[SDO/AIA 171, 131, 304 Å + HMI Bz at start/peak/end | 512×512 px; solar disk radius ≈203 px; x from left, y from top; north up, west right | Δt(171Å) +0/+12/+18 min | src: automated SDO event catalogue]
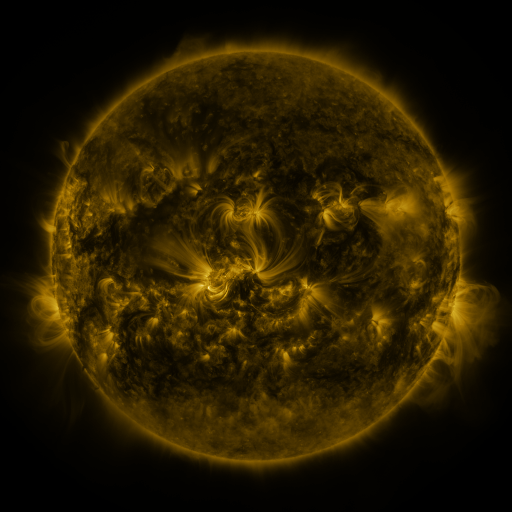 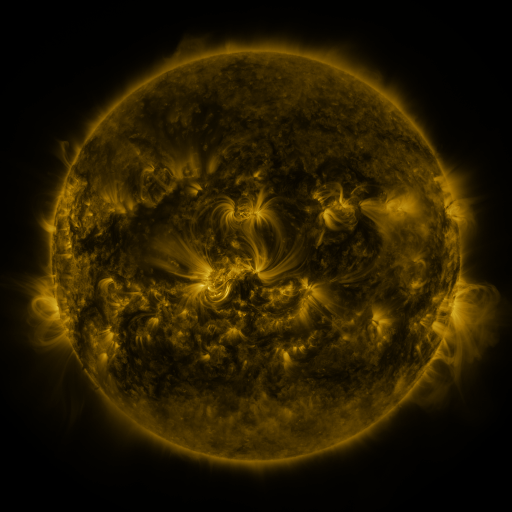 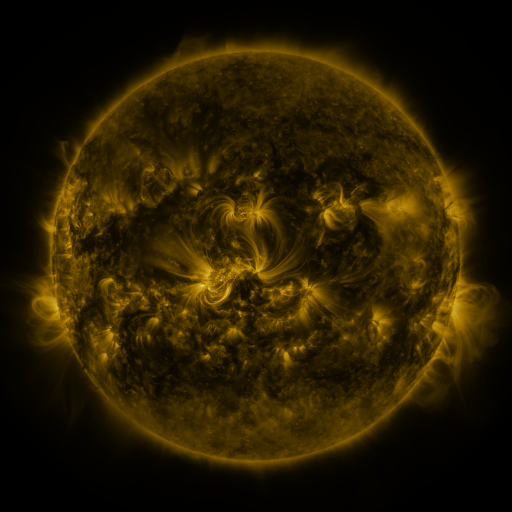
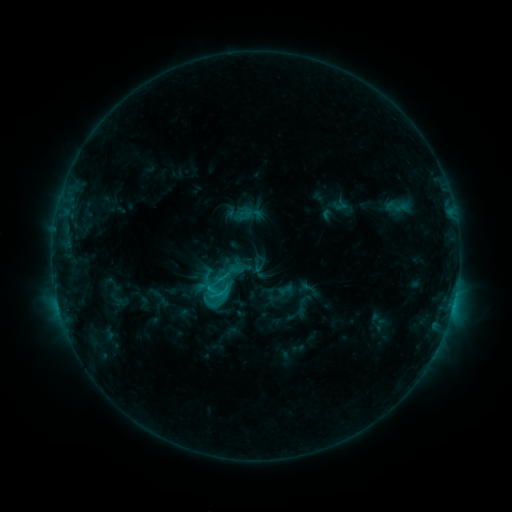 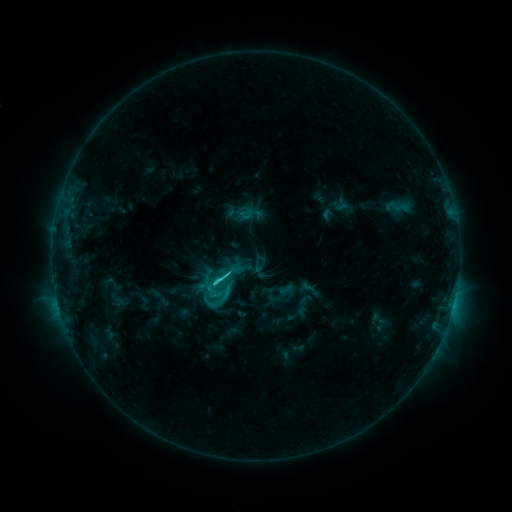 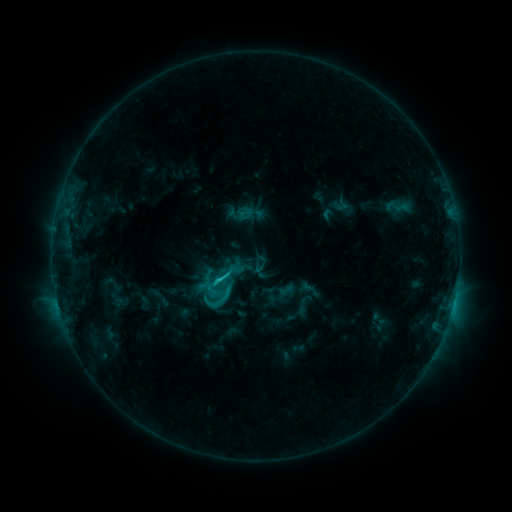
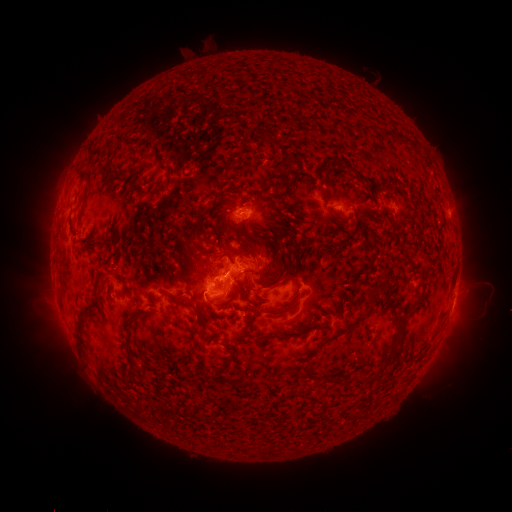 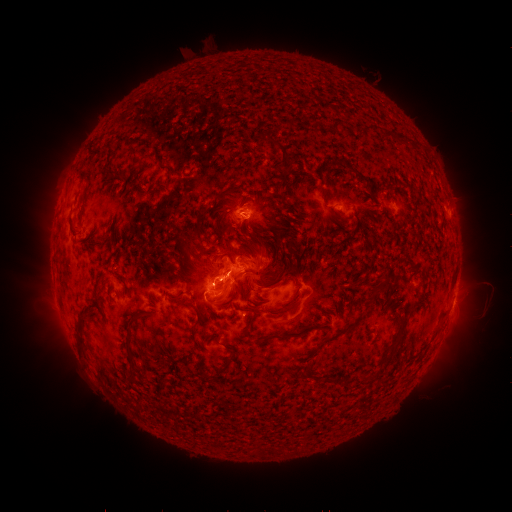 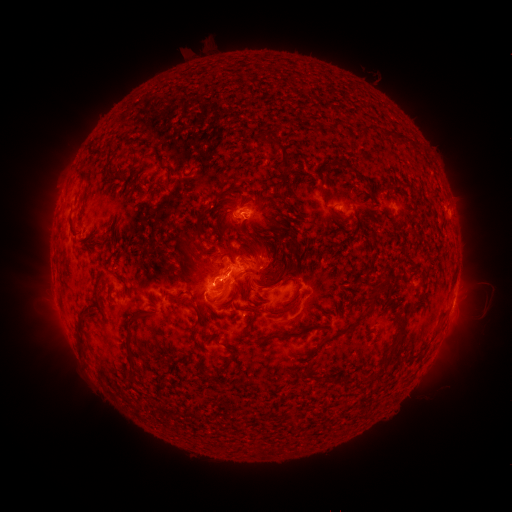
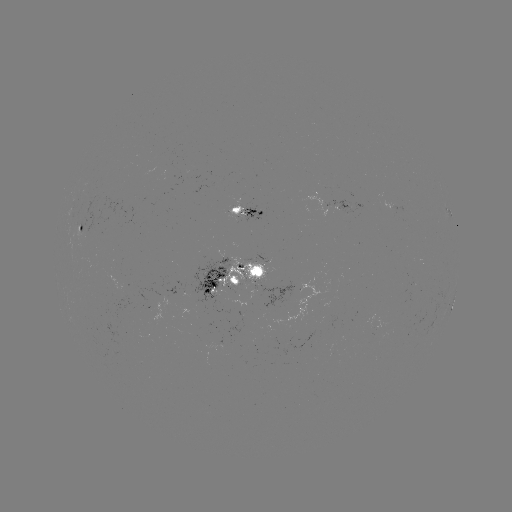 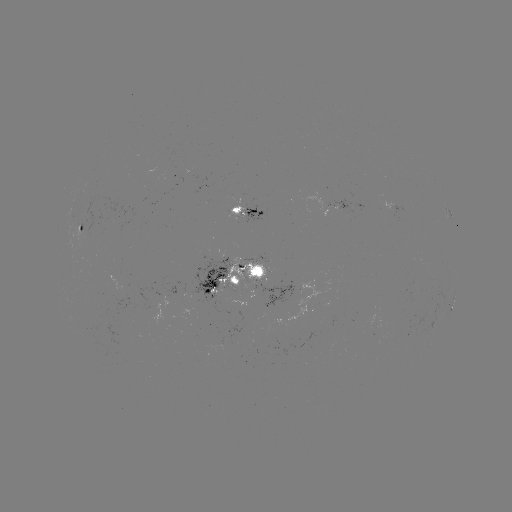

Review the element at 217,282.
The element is C2.6 flare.